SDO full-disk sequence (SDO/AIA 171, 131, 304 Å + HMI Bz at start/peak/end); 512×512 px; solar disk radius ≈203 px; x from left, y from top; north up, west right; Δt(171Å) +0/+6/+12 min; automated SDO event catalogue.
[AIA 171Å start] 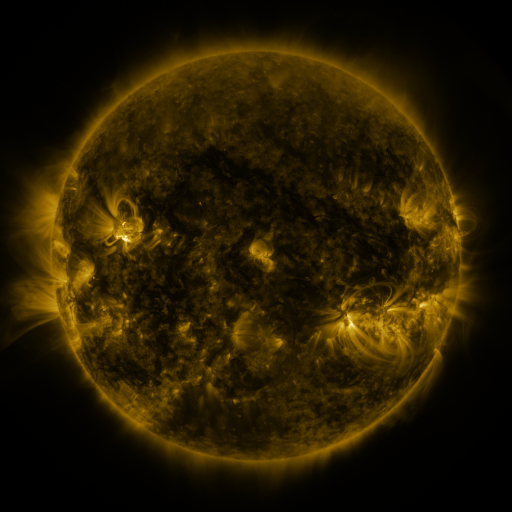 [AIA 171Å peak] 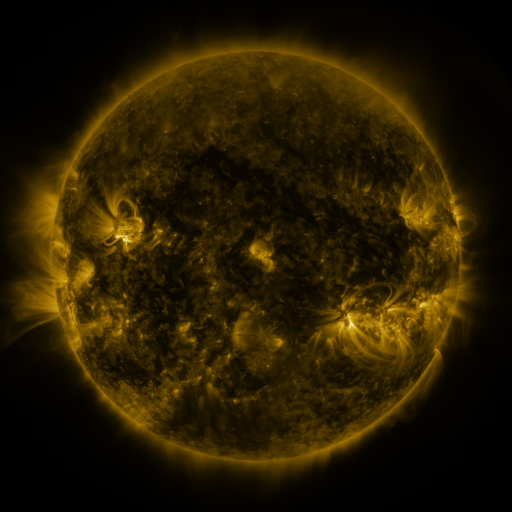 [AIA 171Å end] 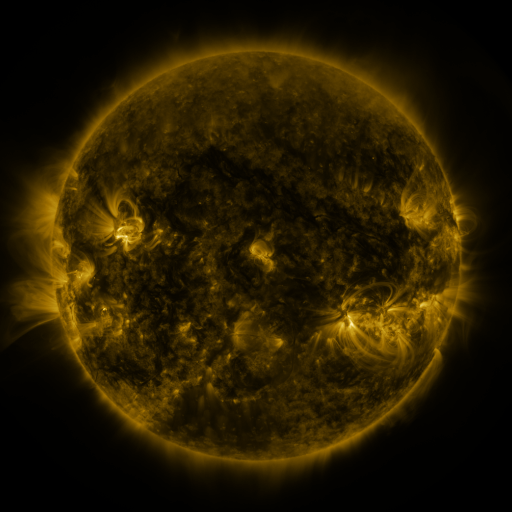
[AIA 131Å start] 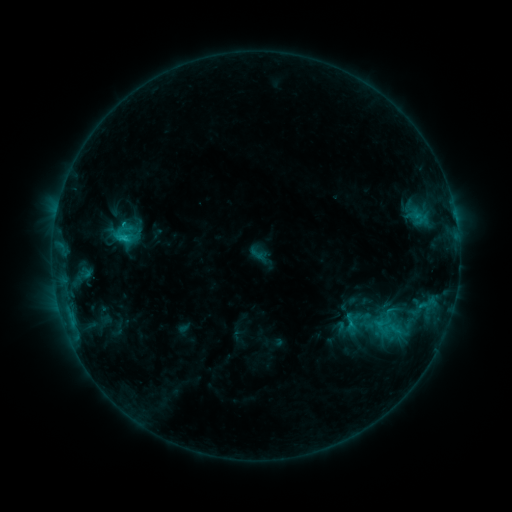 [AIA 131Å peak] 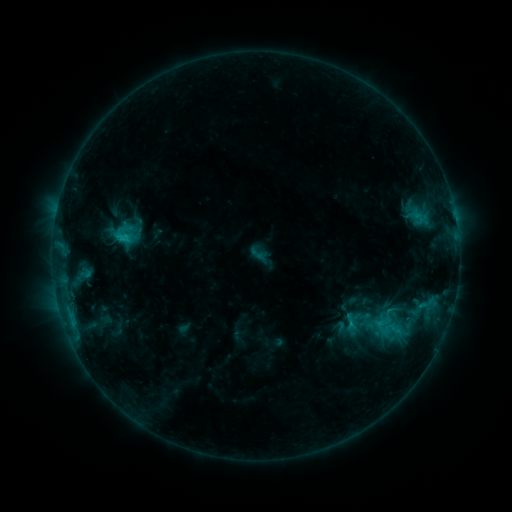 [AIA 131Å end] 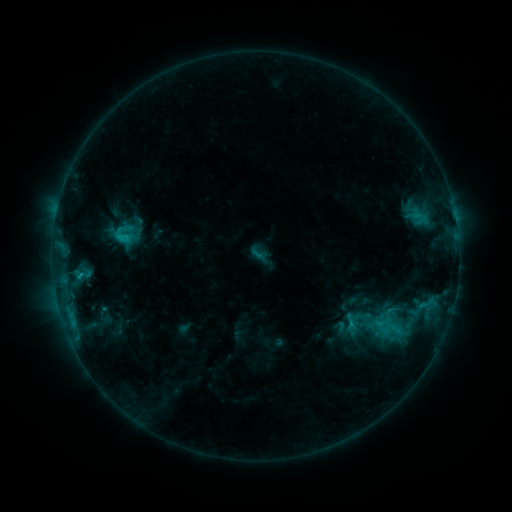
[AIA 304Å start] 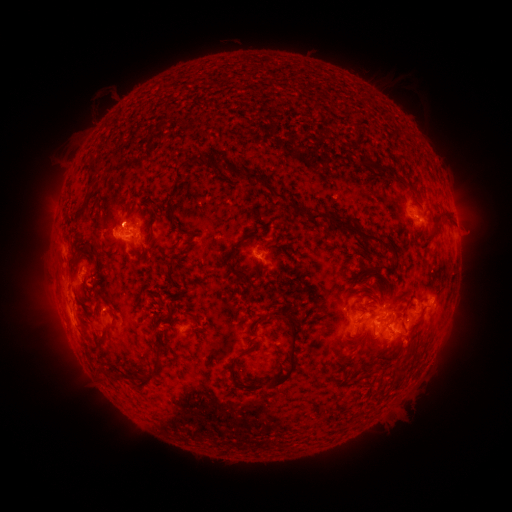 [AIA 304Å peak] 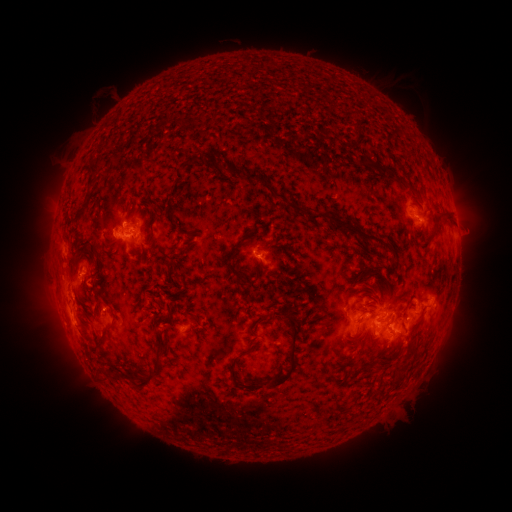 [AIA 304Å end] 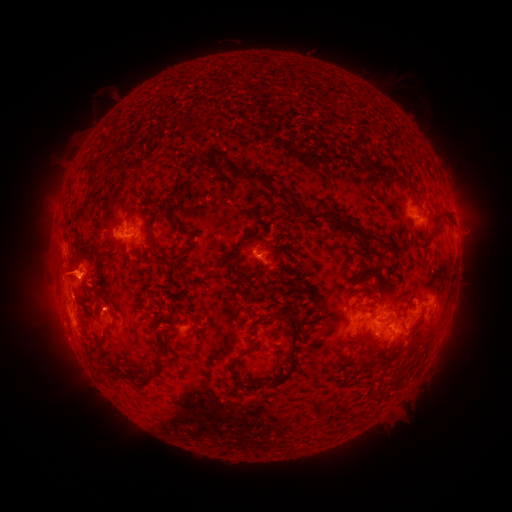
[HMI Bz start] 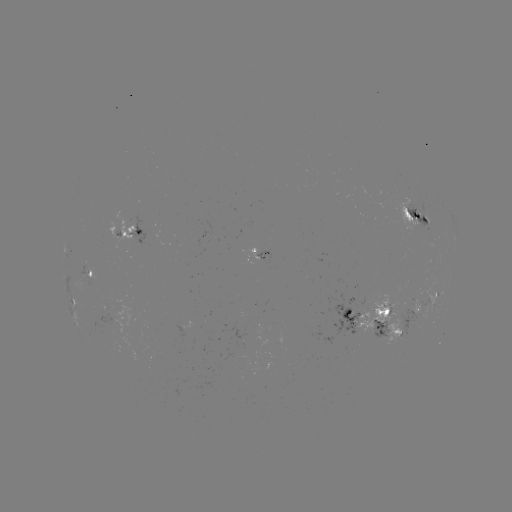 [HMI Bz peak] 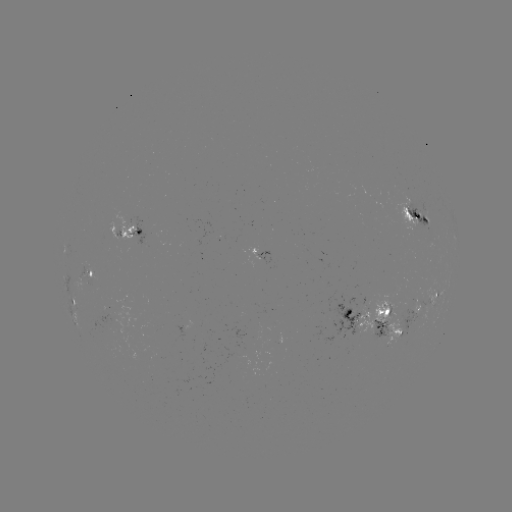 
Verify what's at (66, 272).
eruption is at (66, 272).